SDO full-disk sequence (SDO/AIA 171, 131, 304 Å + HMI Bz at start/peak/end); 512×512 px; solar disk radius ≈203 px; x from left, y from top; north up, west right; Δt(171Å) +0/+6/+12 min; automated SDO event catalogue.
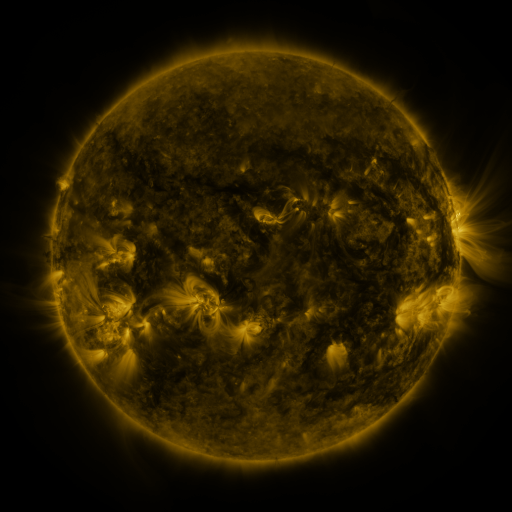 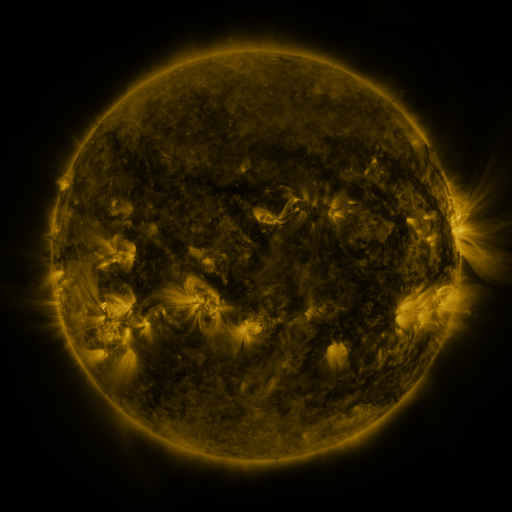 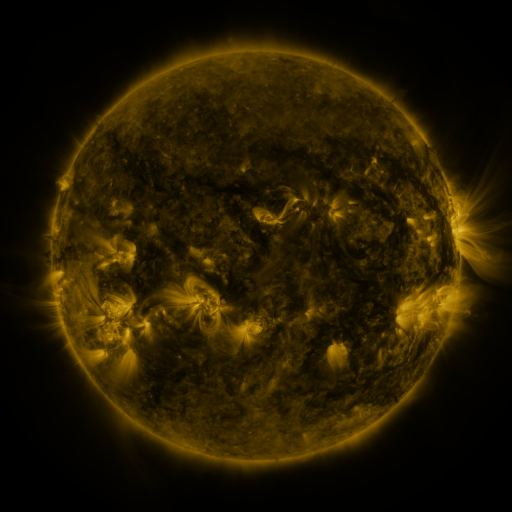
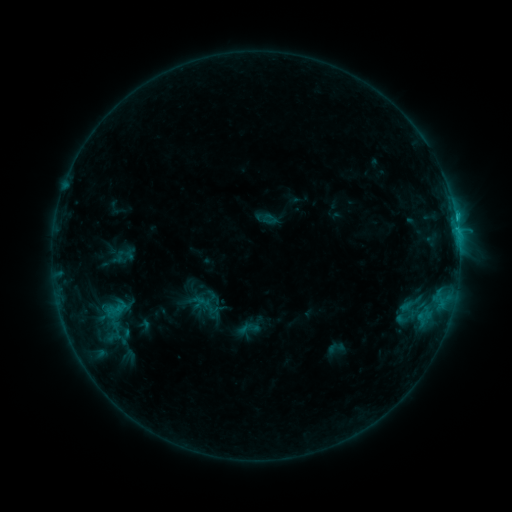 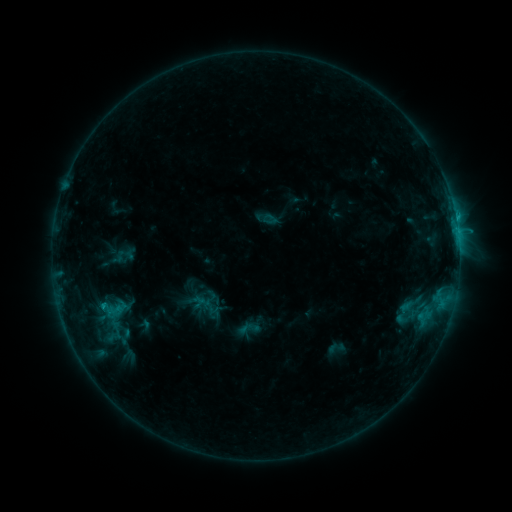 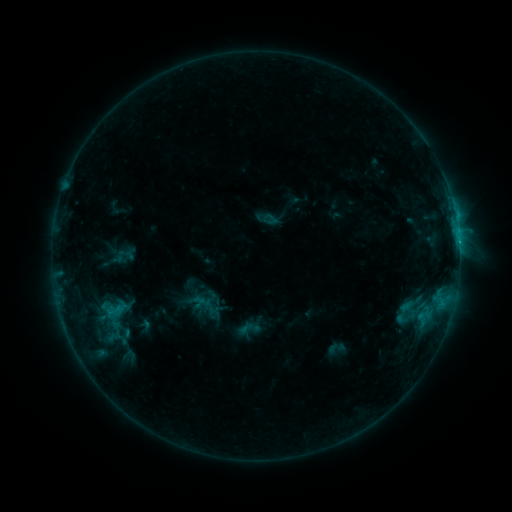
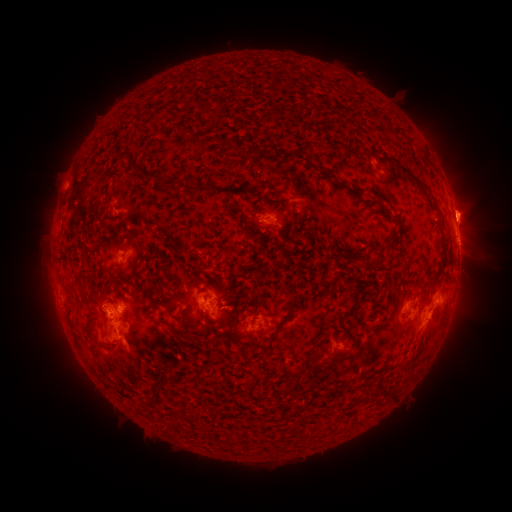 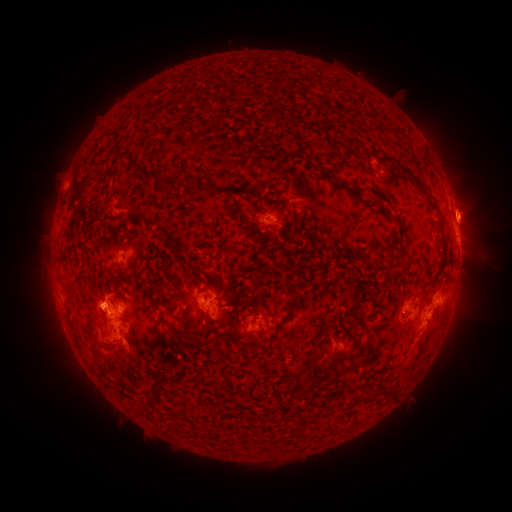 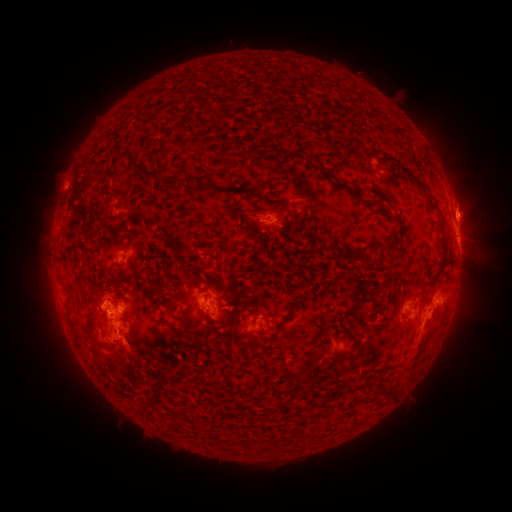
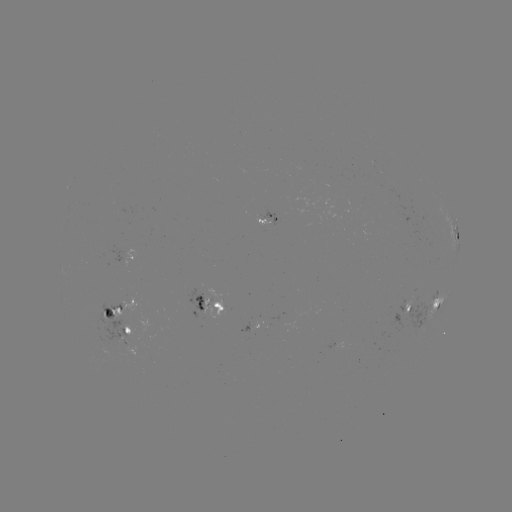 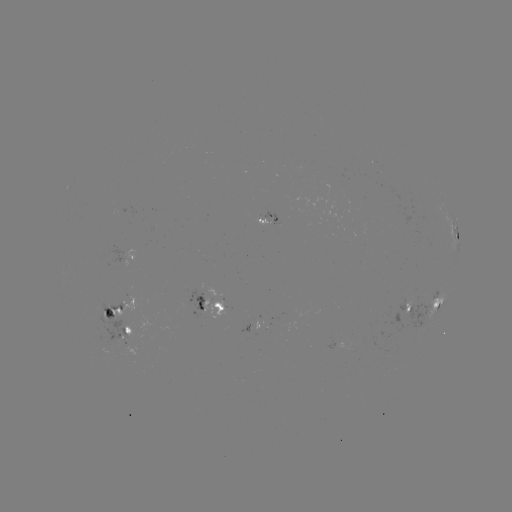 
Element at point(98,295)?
eruption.